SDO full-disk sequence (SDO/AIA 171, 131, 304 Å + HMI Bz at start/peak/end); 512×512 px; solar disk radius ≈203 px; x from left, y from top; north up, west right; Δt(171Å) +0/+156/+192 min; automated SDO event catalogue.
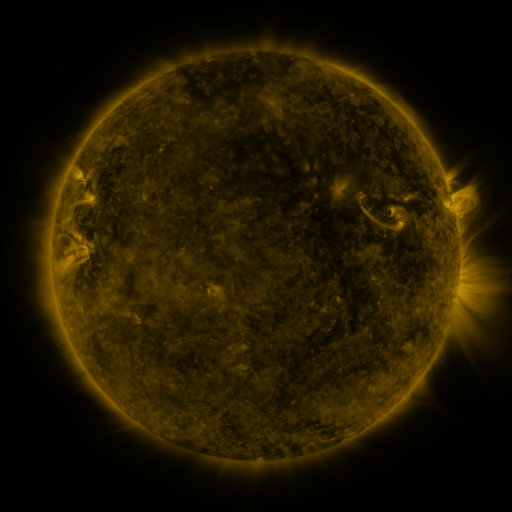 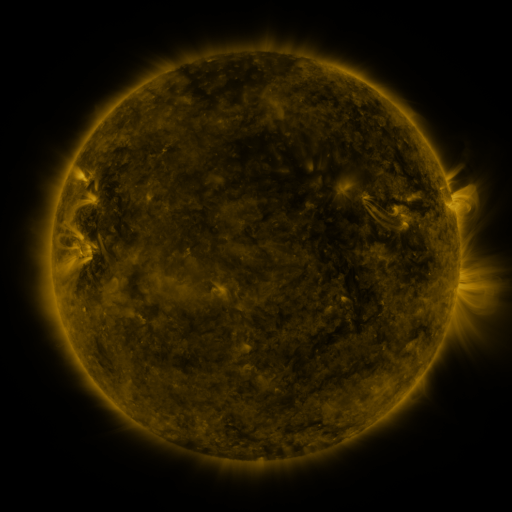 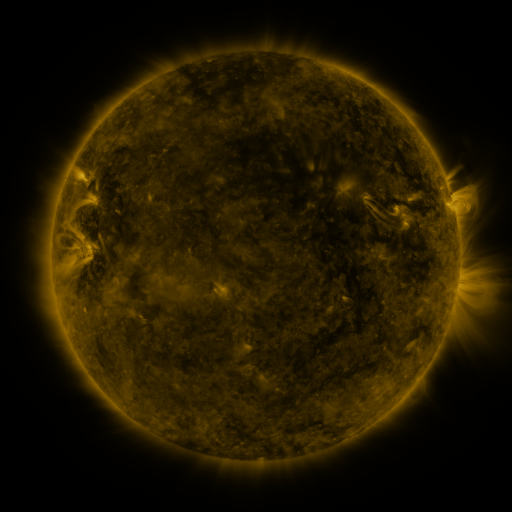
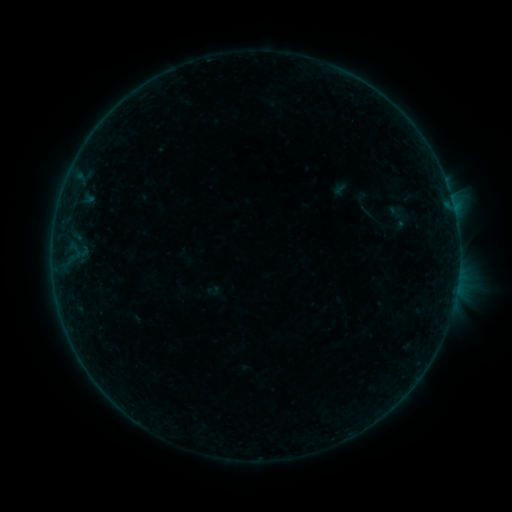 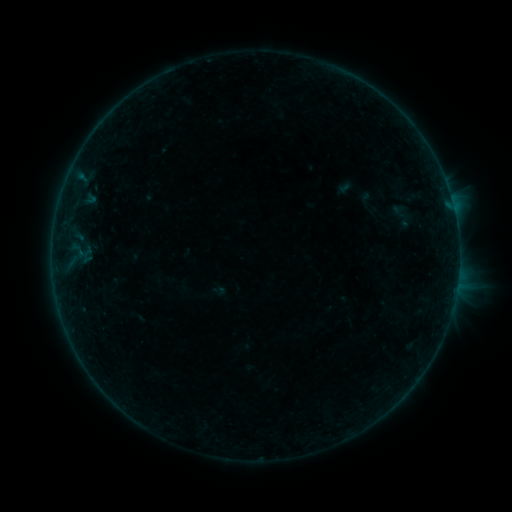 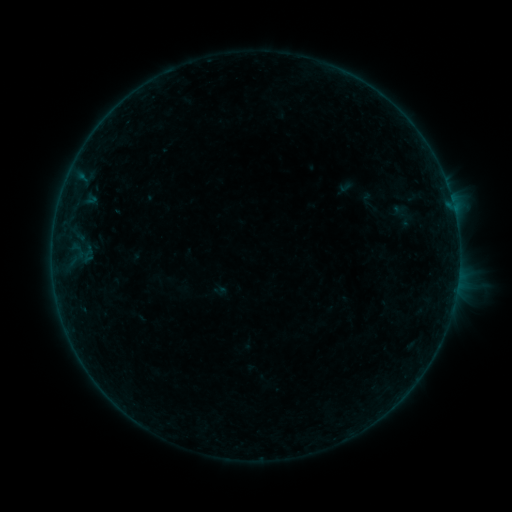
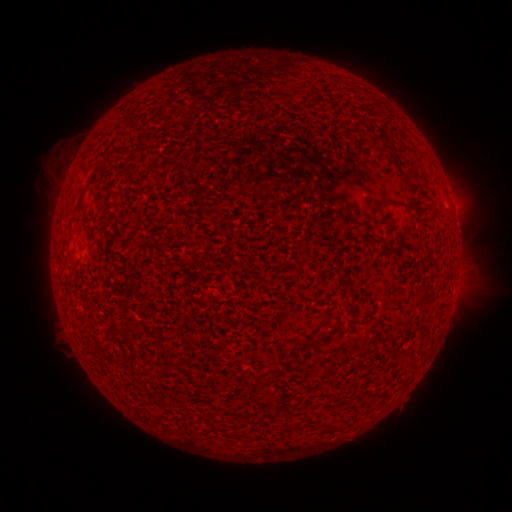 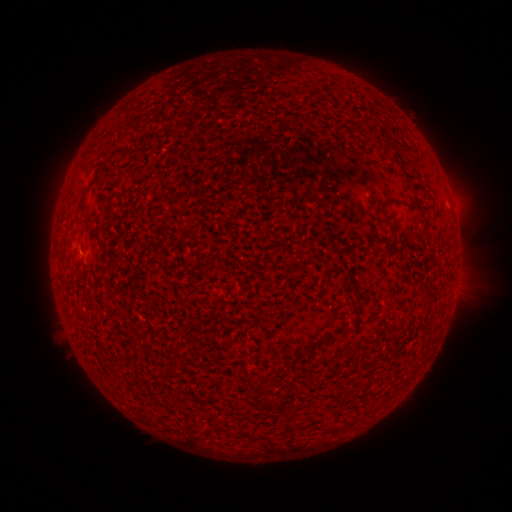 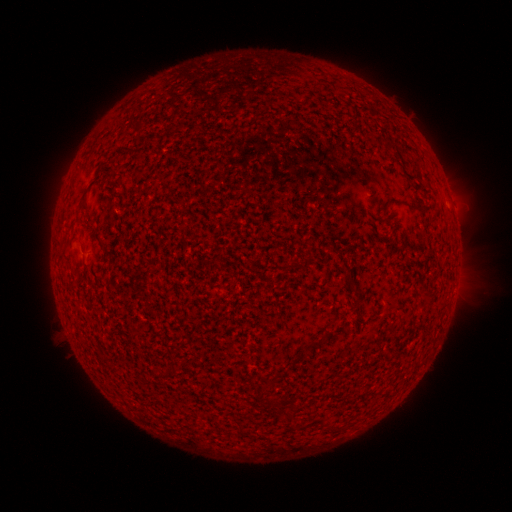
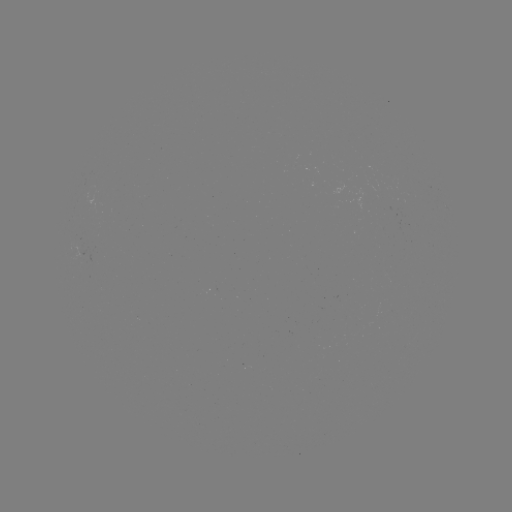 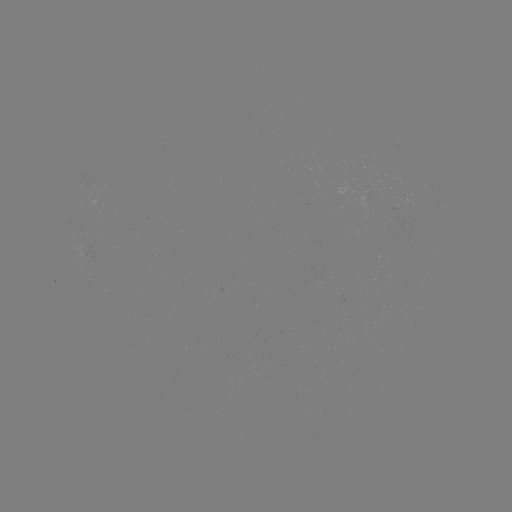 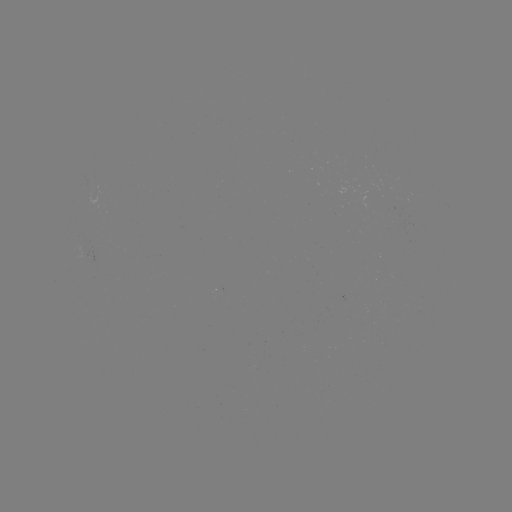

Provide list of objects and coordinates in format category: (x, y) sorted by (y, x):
emerging-flux region: (365, 197)
